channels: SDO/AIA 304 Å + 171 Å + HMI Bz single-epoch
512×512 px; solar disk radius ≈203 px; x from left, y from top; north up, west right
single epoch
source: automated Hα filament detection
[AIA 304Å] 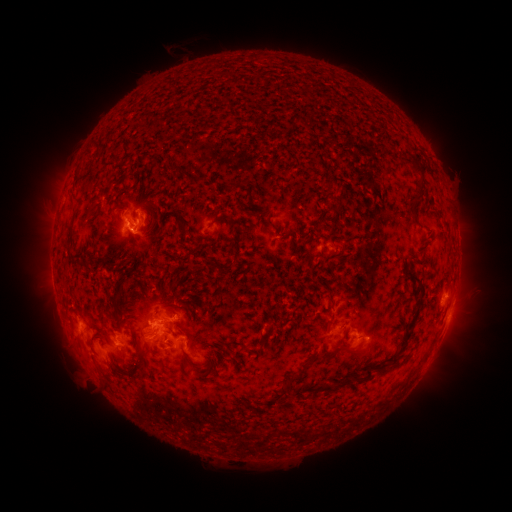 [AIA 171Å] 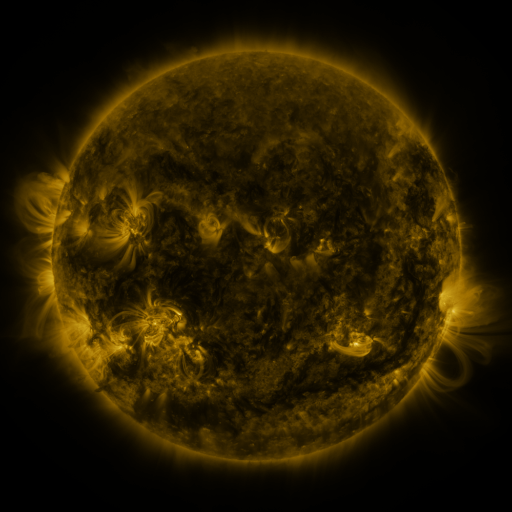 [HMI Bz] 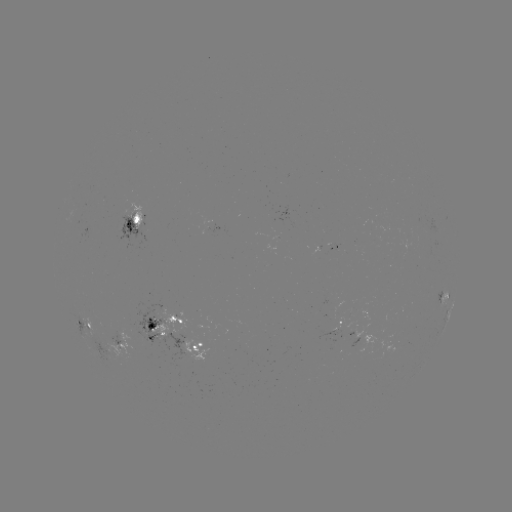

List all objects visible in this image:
filament: (416, 170)
filament: (419, 191)
filament: (410, 211)
filament: (181, 221)
filament: (226, 267)
filament: (420, 295)
filament: (331, 302)
filament: (261, 342)
filament: (241, 345)
filament: (141, 349)
filament: (188, 360)
filament: (381, 367)
filament: (354, 381)
filament: (324, 388)
